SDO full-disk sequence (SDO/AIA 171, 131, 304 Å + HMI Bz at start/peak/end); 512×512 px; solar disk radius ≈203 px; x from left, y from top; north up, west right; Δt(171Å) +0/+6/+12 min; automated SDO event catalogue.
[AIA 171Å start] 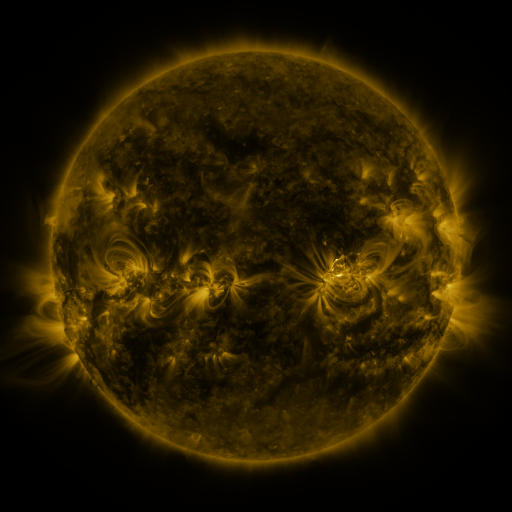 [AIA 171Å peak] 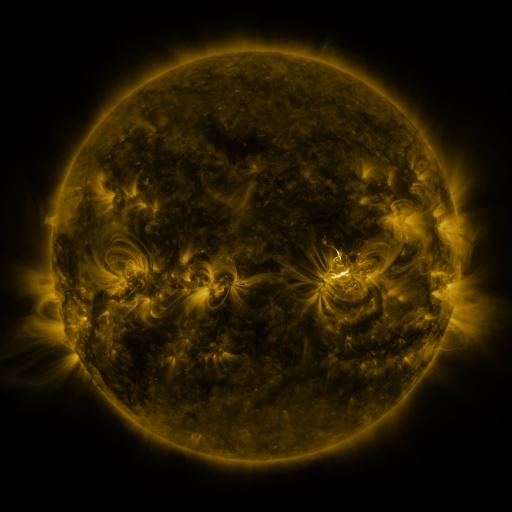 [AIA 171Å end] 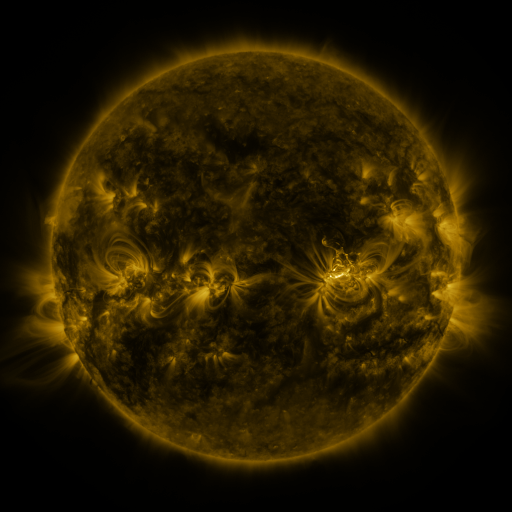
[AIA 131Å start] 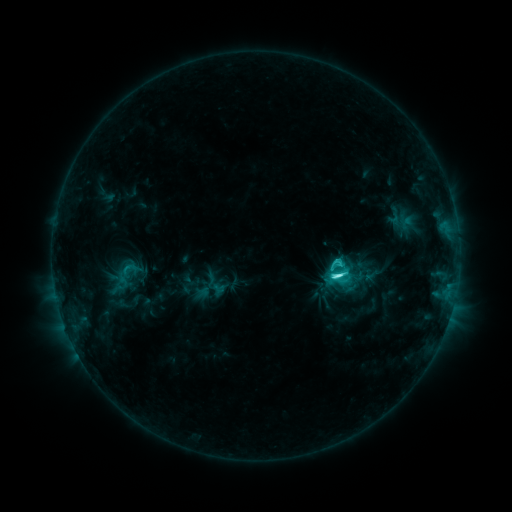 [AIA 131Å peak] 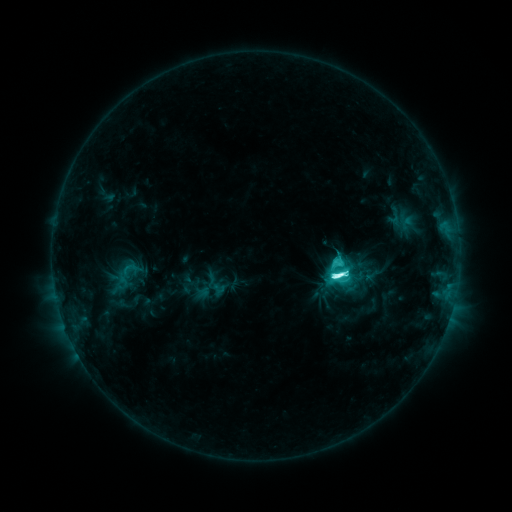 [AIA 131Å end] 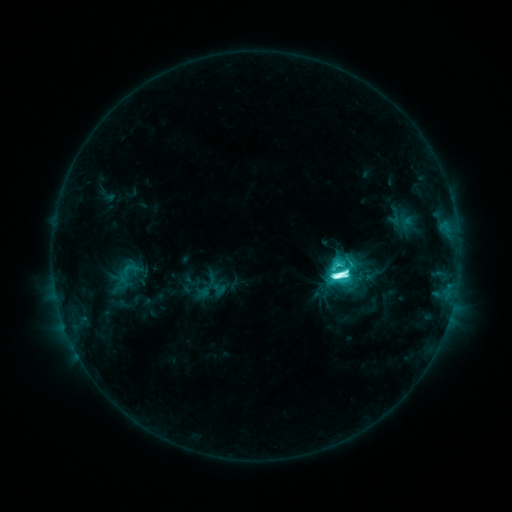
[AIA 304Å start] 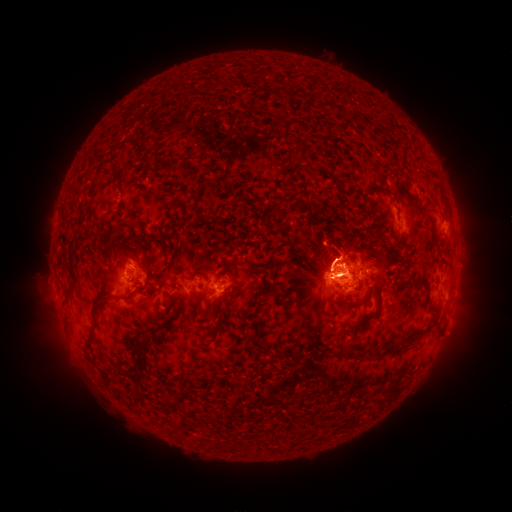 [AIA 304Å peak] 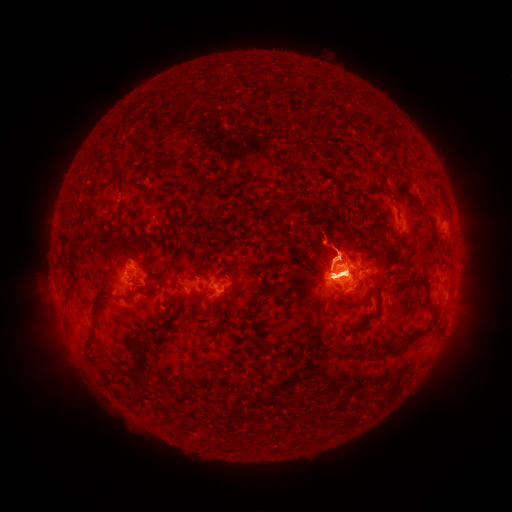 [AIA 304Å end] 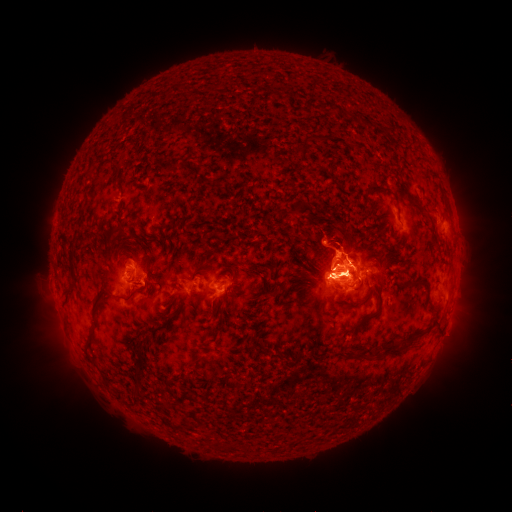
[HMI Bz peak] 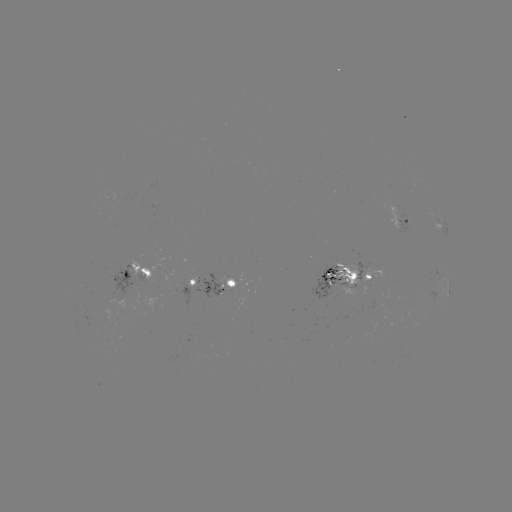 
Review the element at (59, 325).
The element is eruption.